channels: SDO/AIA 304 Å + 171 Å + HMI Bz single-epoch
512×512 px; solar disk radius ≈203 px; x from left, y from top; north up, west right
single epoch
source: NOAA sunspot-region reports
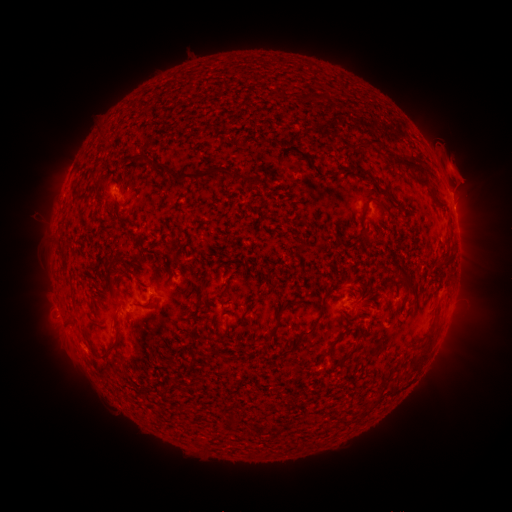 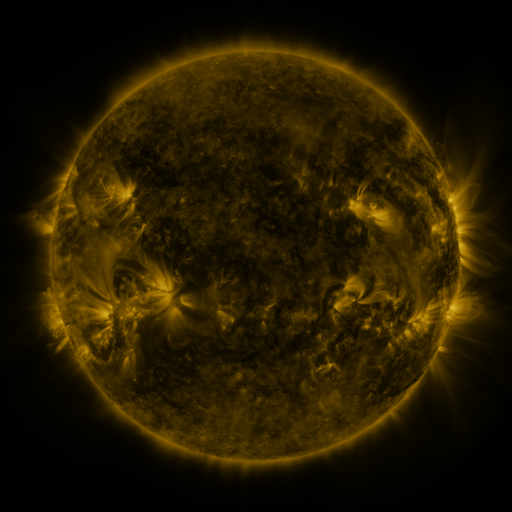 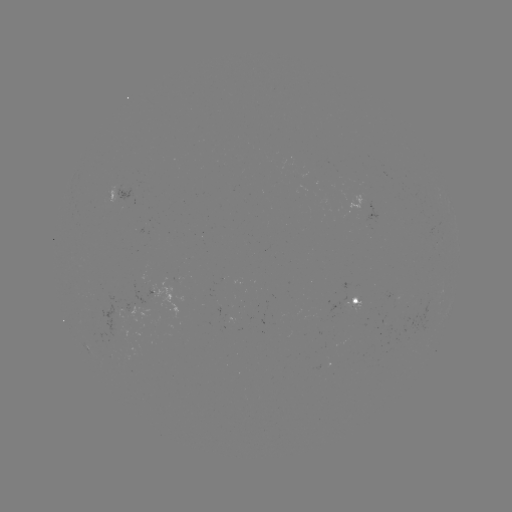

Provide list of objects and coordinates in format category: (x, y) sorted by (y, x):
spotted active region: (118, 196)
spotted active region: (453, 213)
spotted active region: (361, 302)
spotted active region: (125, 319)
